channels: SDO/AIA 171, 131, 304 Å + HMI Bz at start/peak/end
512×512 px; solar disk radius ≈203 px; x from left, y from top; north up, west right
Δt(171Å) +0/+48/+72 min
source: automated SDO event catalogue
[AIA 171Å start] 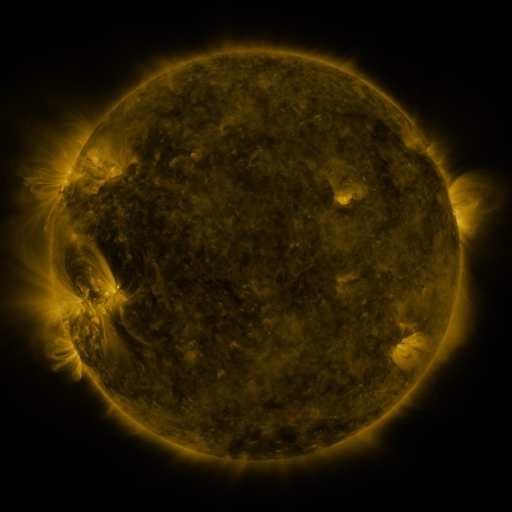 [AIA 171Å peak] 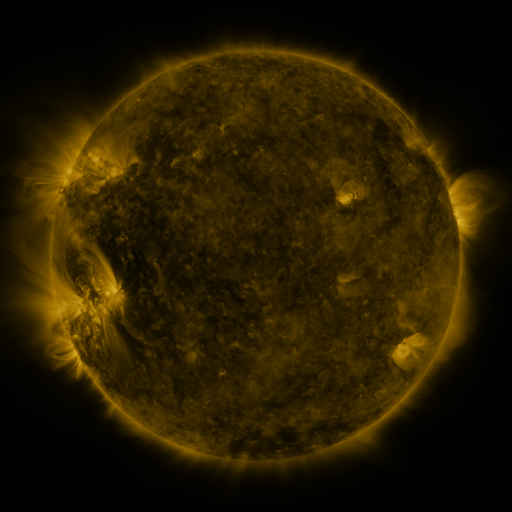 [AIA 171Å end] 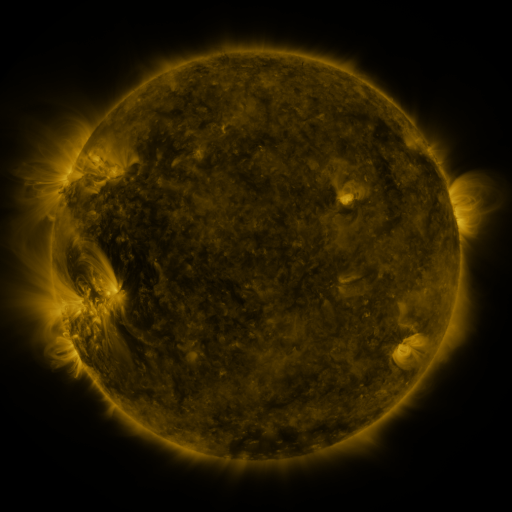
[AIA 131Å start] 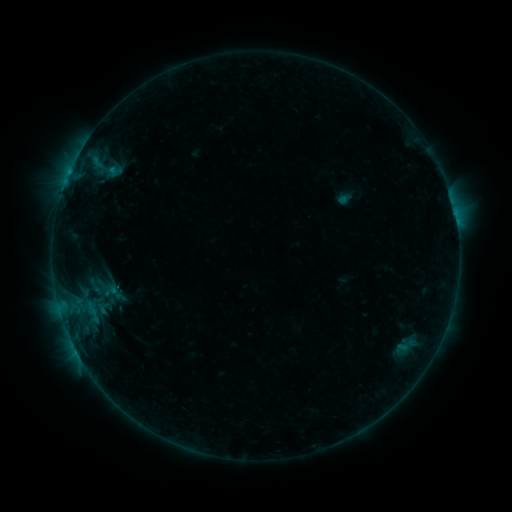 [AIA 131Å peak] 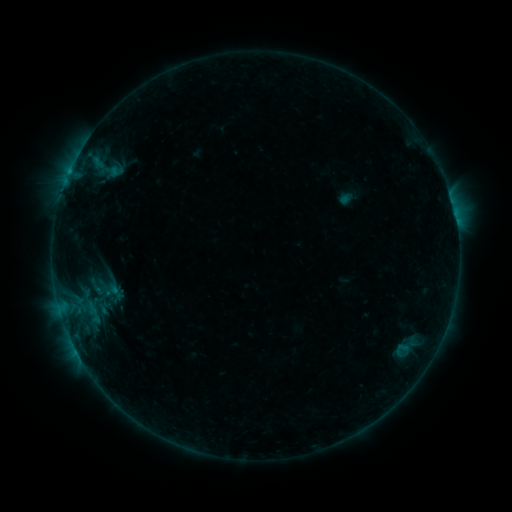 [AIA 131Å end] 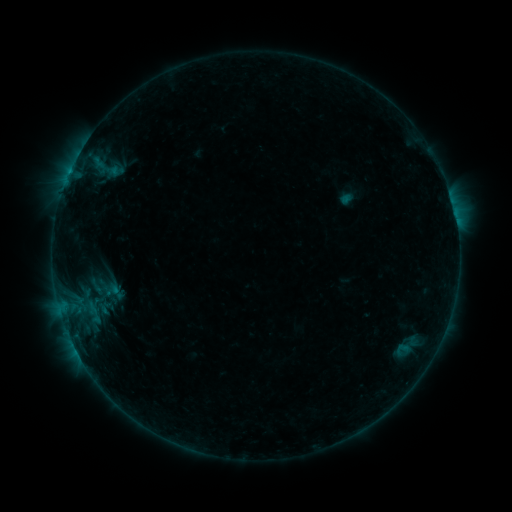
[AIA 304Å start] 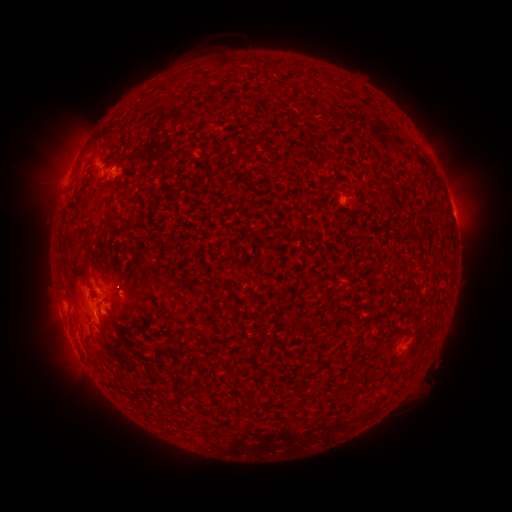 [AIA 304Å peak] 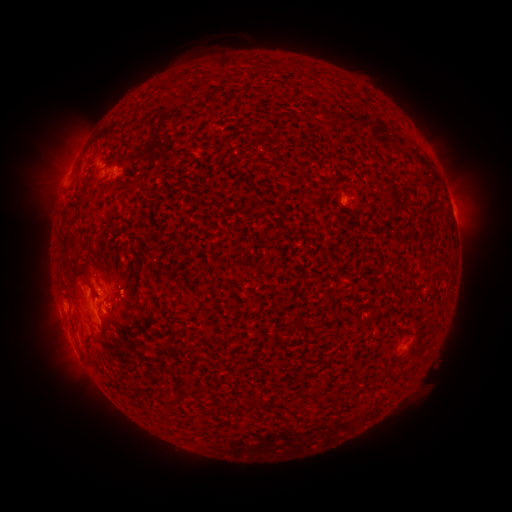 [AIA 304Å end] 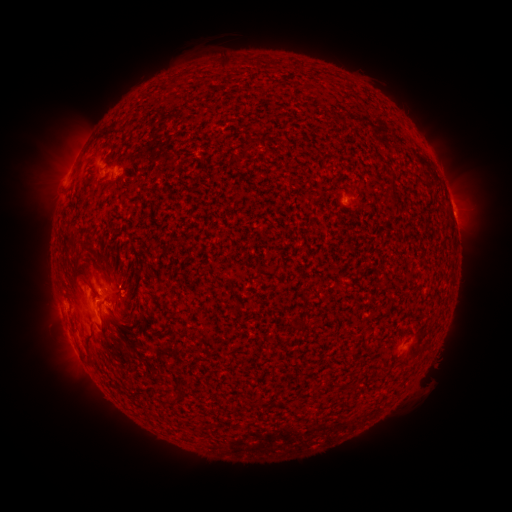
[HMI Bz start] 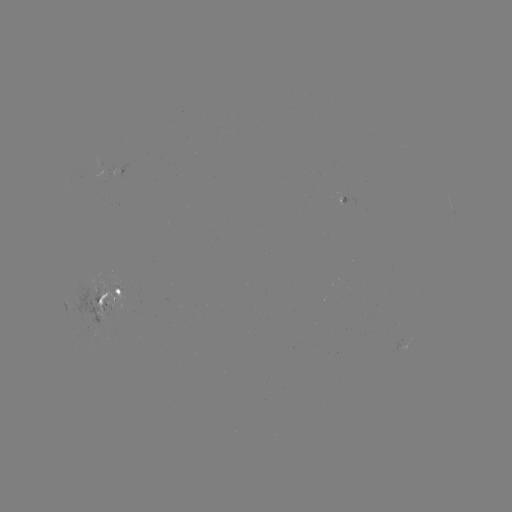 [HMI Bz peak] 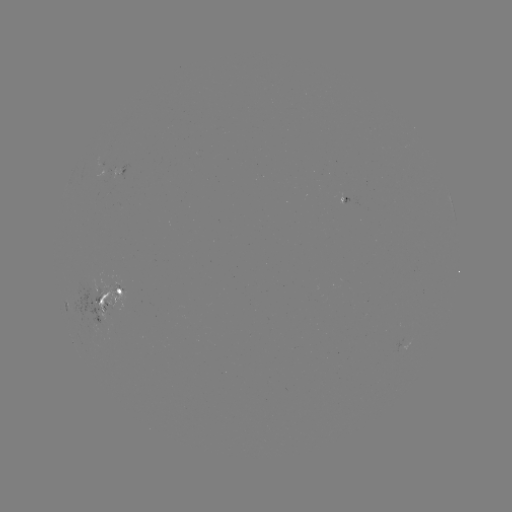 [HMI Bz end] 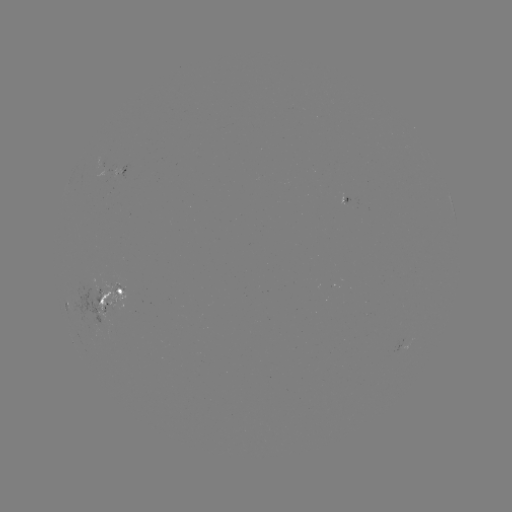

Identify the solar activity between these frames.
emerging-flux region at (98, 309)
